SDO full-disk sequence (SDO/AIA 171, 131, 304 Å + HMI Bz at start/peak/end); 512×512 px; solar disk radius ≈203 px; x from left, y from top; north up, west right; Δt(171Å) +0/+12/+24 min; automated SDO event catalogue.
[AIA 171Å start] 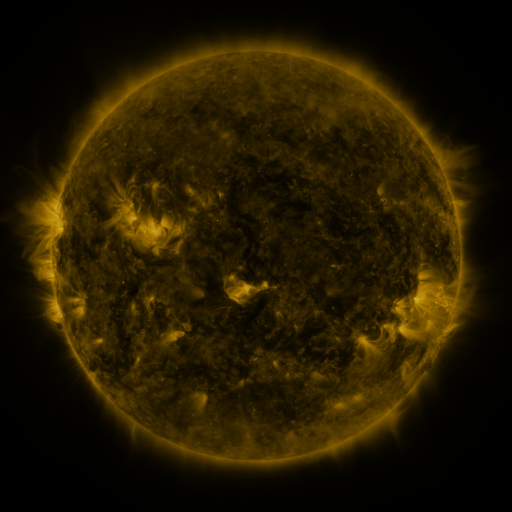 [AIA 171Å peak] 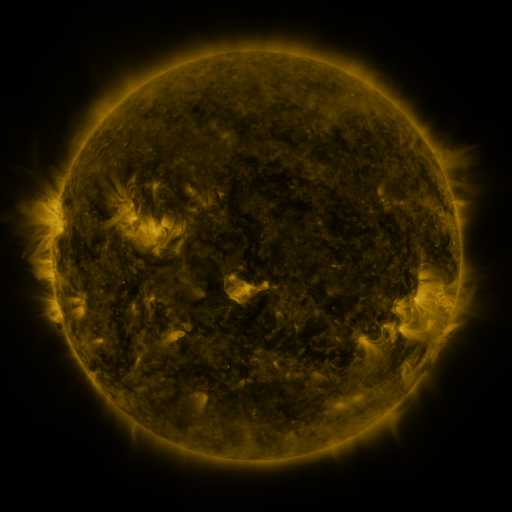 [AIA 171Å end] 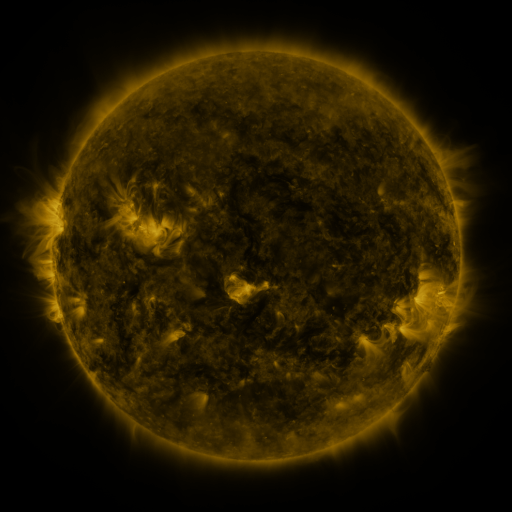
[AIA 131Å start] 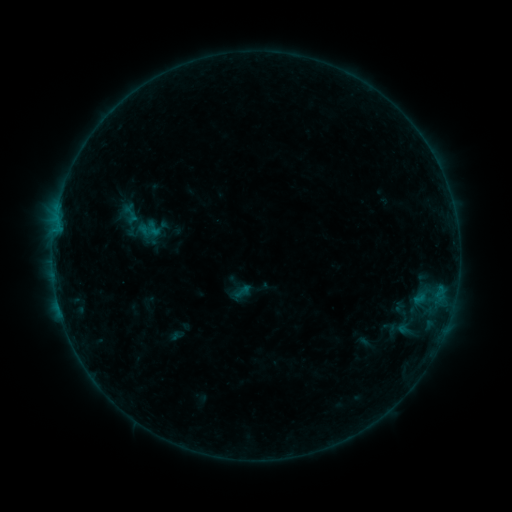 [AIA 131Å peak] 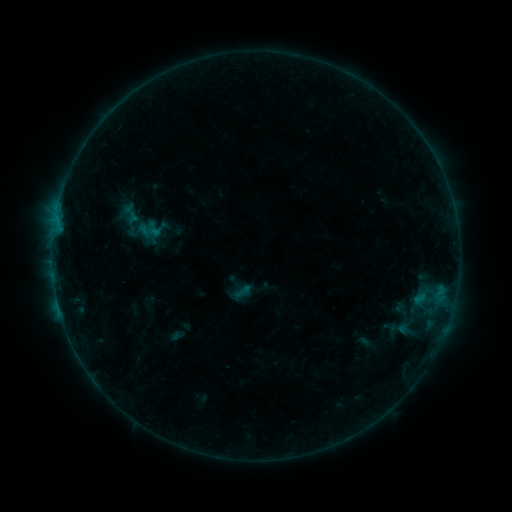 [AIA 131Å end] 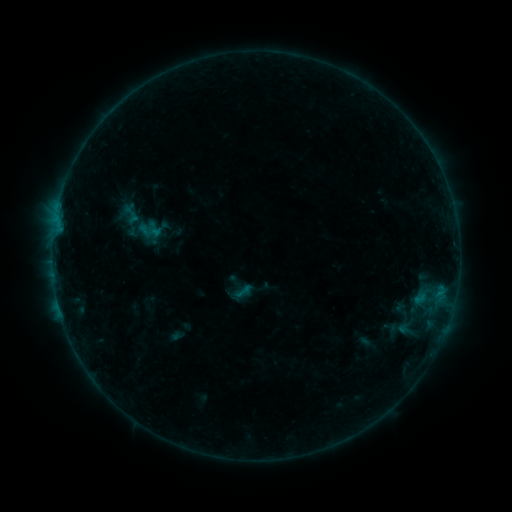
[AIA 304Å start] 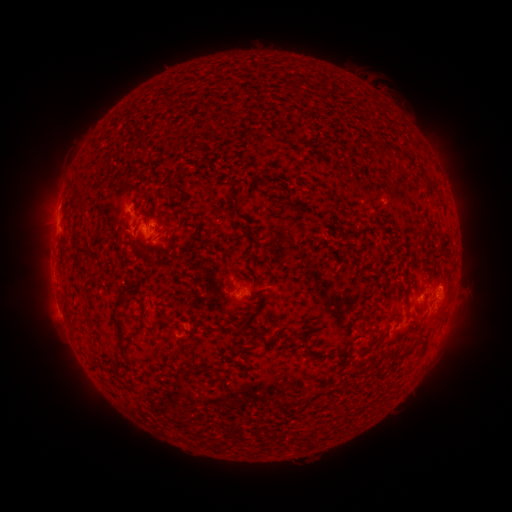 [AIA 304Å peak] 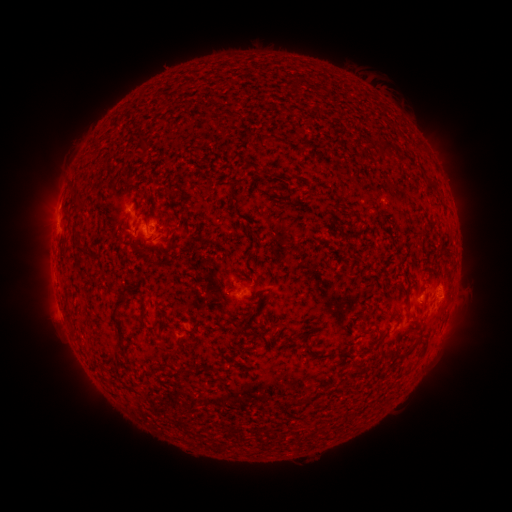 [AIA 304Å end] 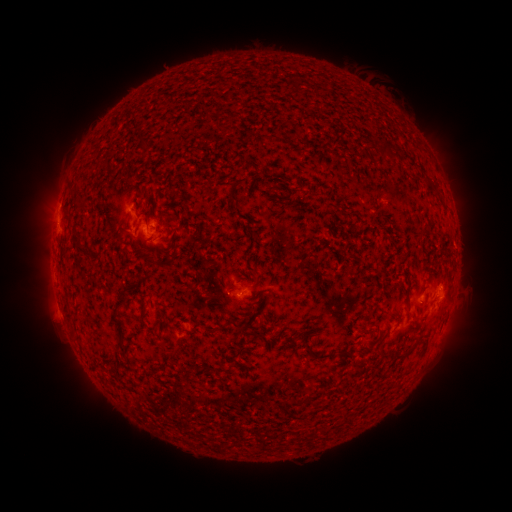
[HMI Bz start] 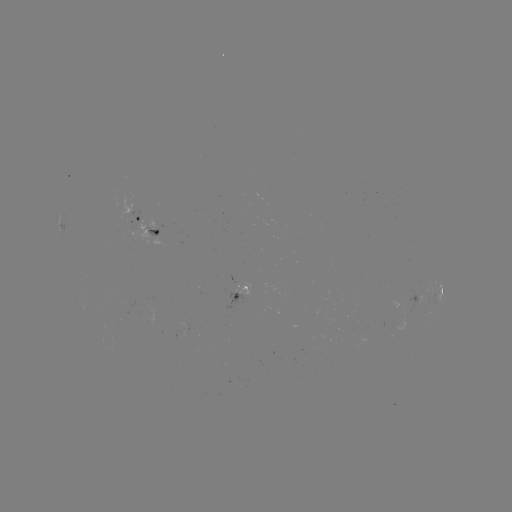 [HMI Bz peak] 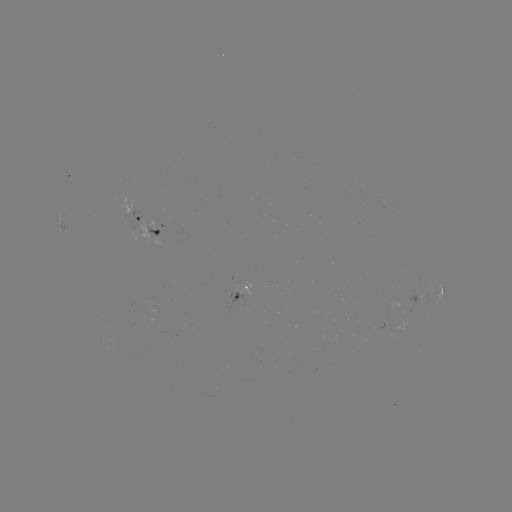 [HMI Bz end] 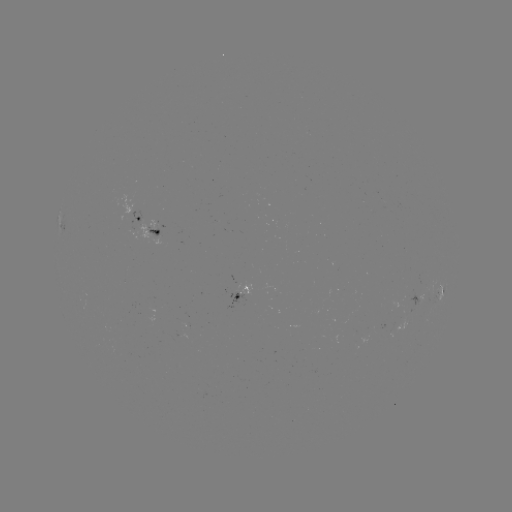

no flare in any classed list; no EUV-trigger detection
